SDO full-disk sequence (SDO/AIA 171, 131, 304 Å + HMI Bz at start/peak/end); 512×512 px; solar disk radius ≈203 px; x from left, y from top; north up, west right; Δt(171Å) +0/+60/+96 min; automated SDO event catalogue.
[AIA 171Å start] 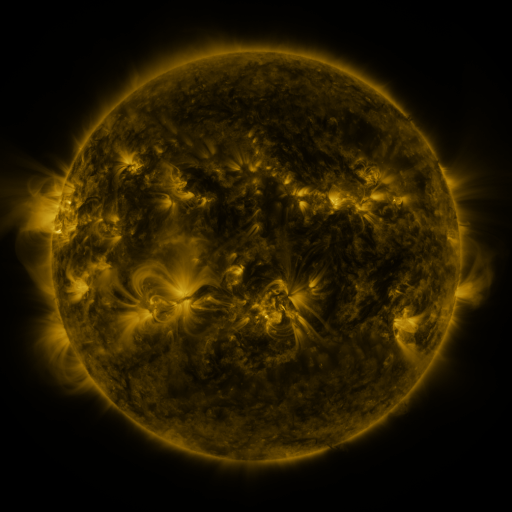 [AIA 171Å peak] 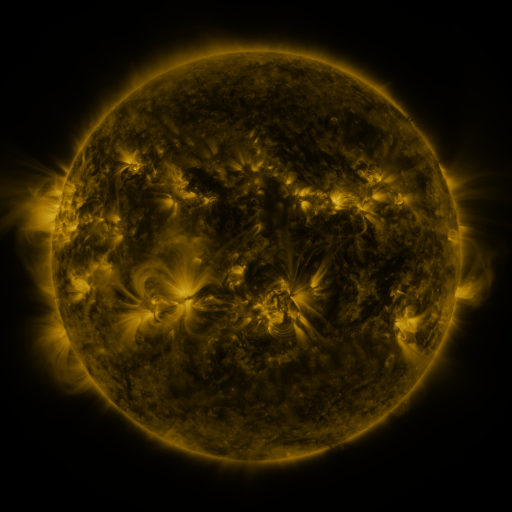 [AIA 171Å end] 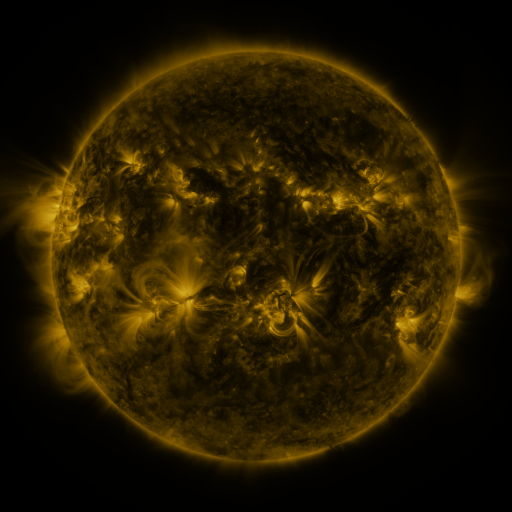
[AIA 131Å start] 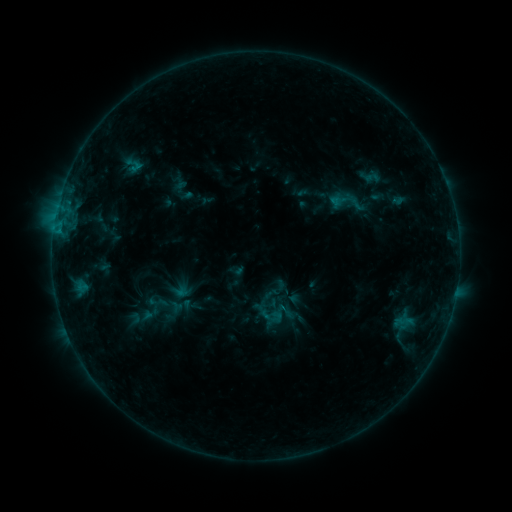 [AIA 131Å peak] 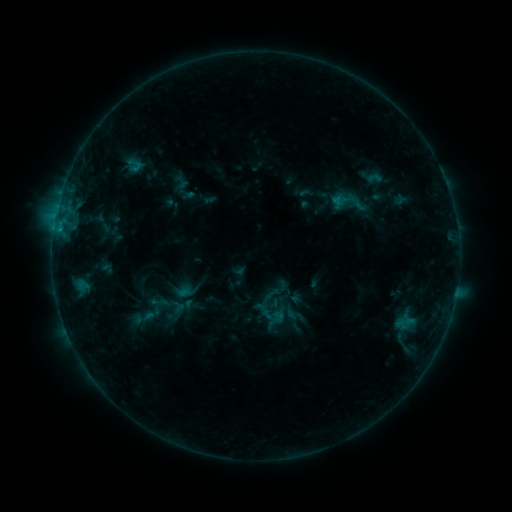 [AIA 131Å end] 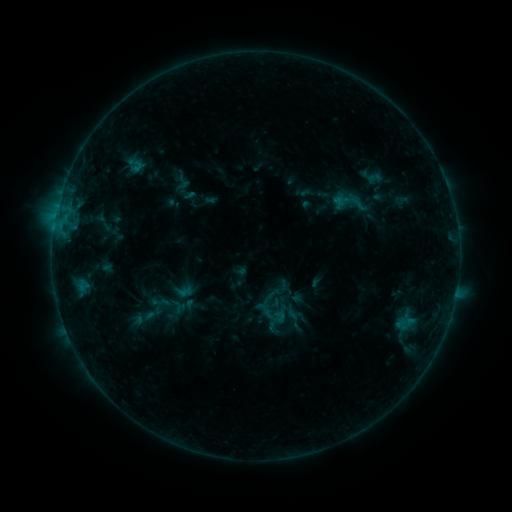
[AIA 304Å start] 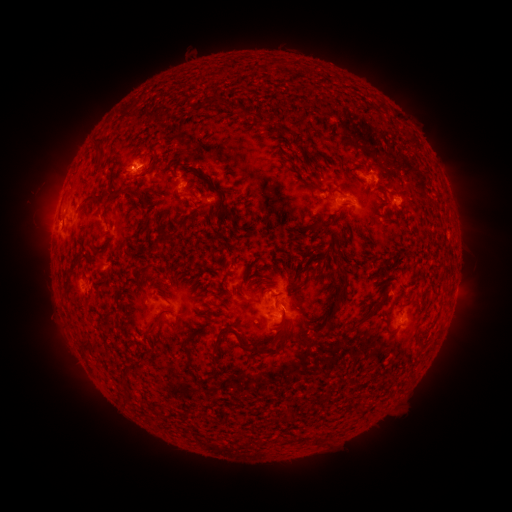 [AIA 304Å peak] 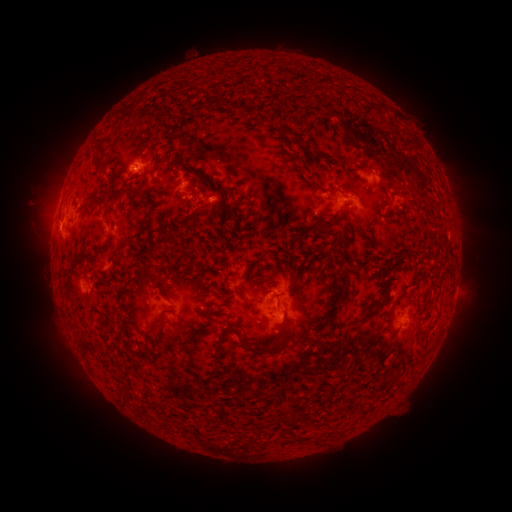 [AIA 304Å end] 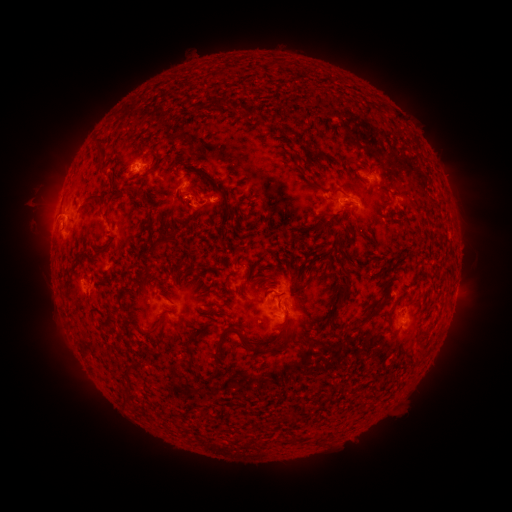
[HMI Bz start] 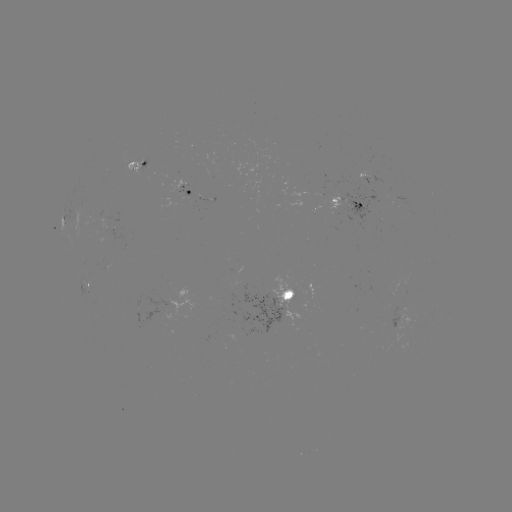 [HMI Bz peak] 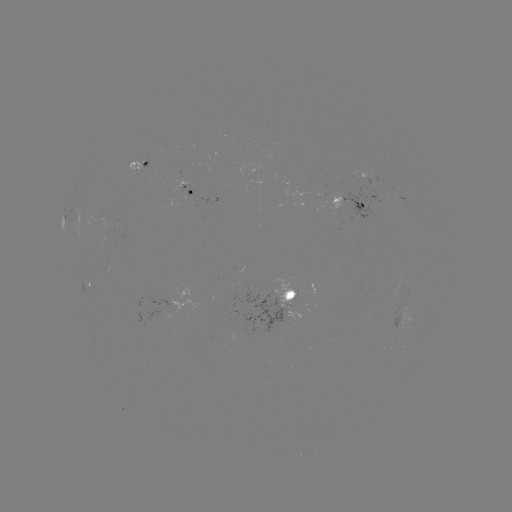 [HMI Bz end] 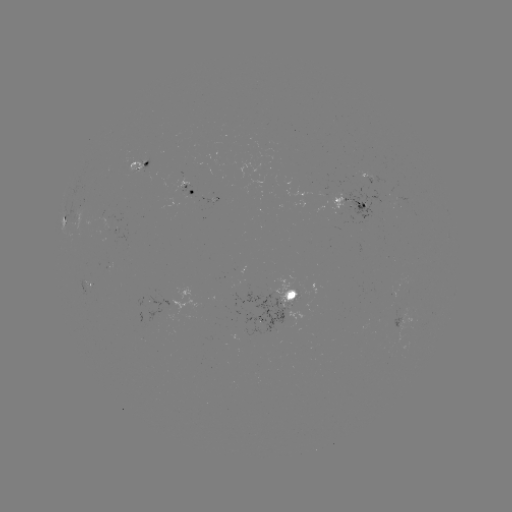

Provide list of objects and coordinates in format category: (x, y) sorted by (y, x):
emerging-flux region: (332, 192)
